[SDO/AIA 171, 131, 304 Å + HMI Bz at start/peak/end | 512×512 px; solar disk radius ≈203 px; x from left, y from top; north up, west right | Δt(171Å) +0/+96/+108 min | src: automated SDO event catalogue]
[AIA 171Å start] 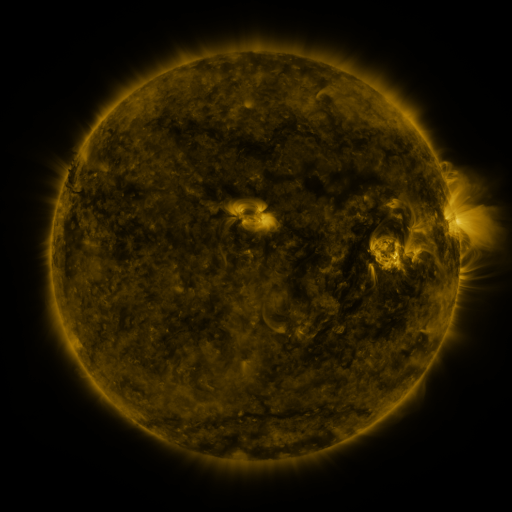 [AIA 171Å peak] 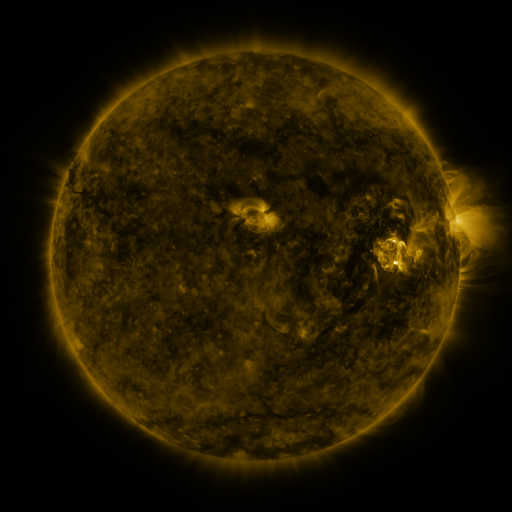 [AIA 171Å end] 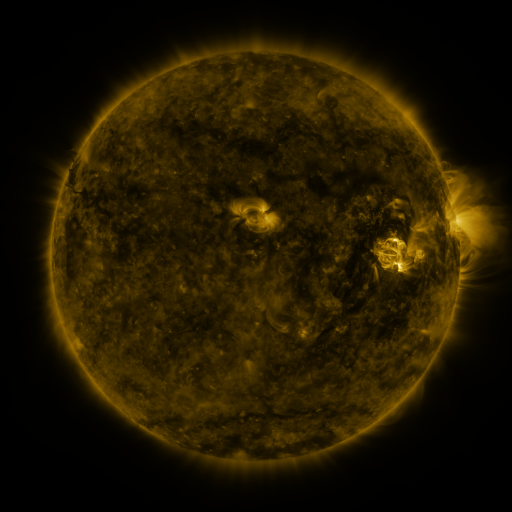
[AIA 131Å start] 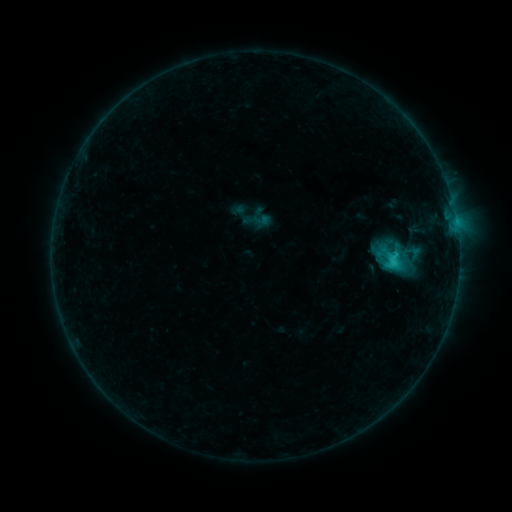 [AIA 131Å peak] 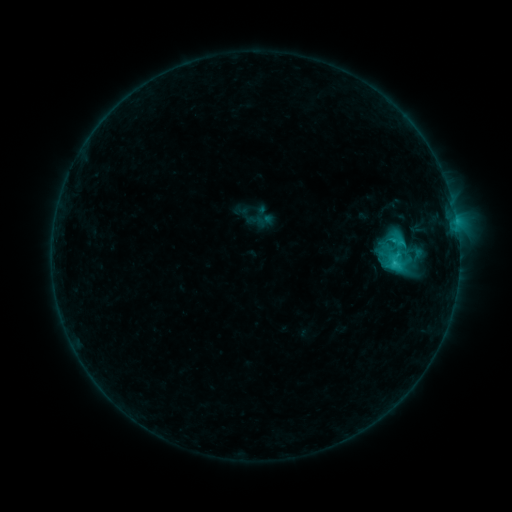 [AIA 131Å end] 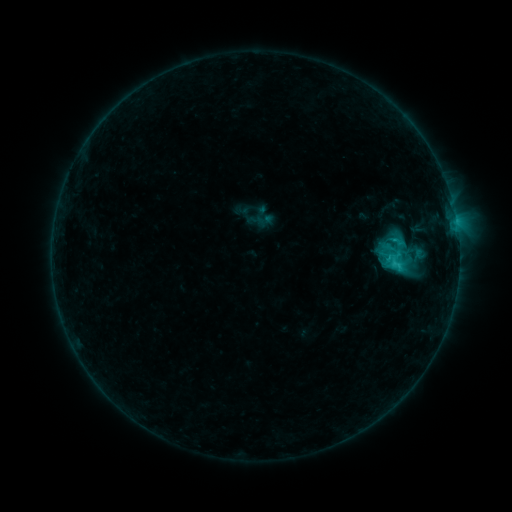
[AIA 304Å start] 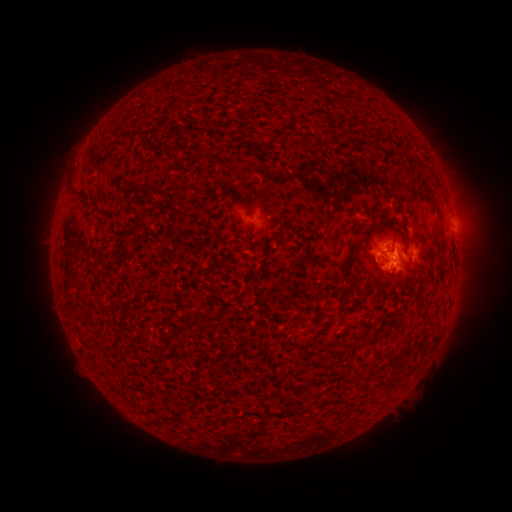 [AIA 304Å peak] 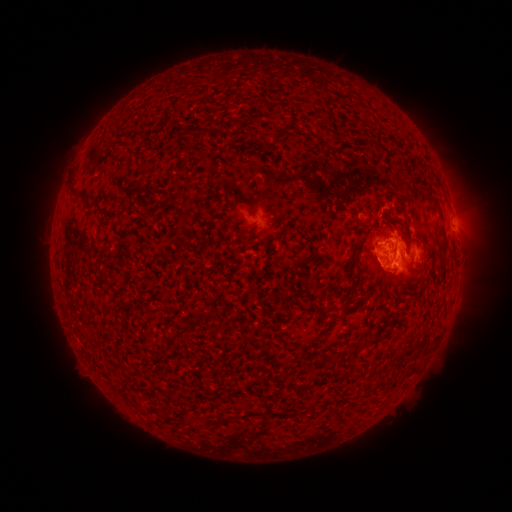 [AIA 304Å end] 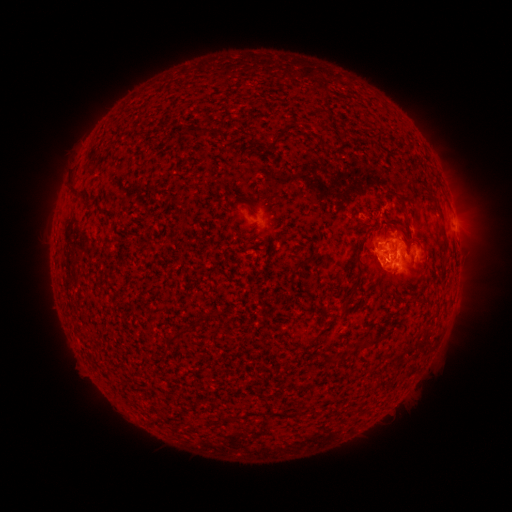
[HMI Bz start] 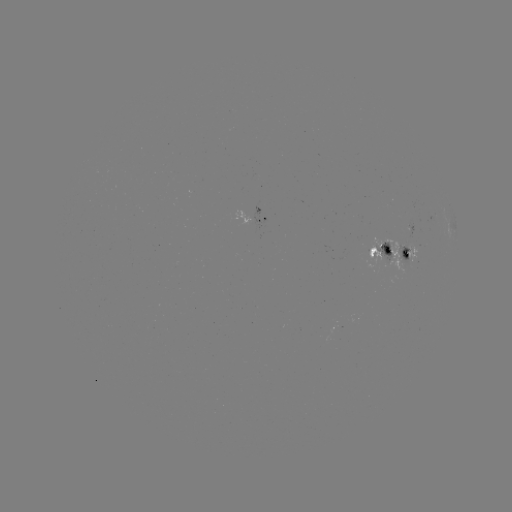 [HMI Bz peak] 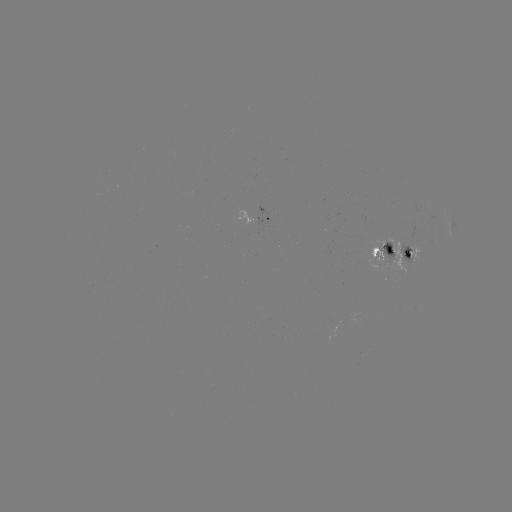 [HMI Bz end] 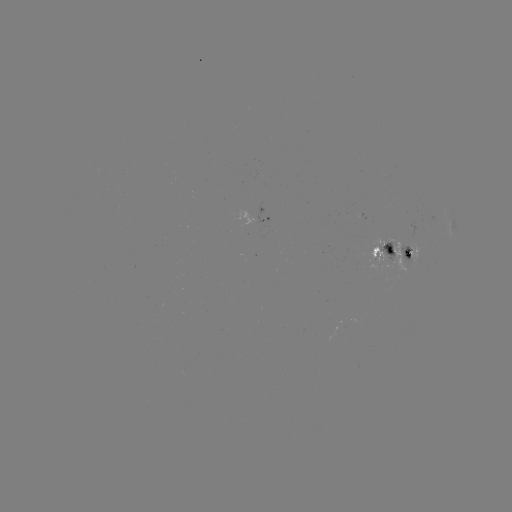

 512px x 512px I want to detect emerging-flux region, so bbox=[376, 241, 395, 267].